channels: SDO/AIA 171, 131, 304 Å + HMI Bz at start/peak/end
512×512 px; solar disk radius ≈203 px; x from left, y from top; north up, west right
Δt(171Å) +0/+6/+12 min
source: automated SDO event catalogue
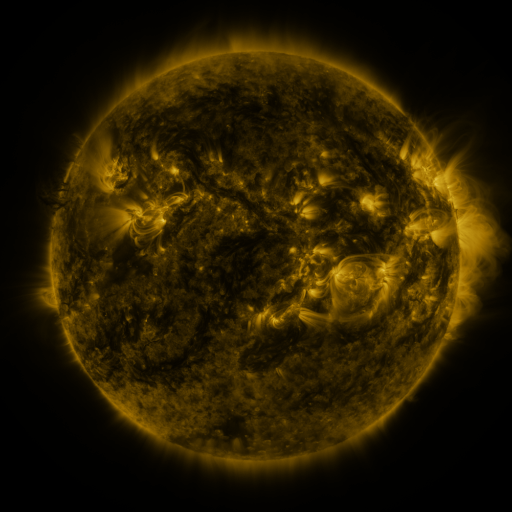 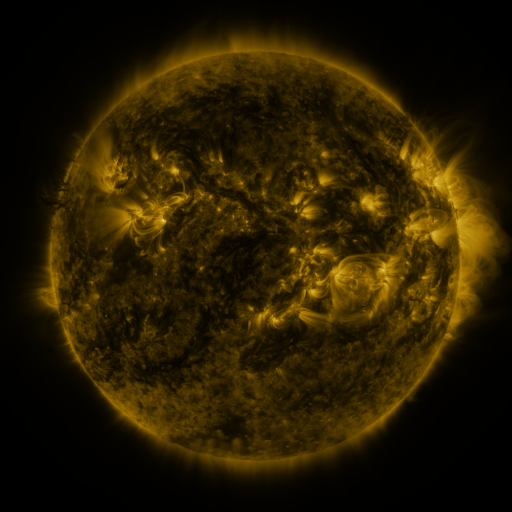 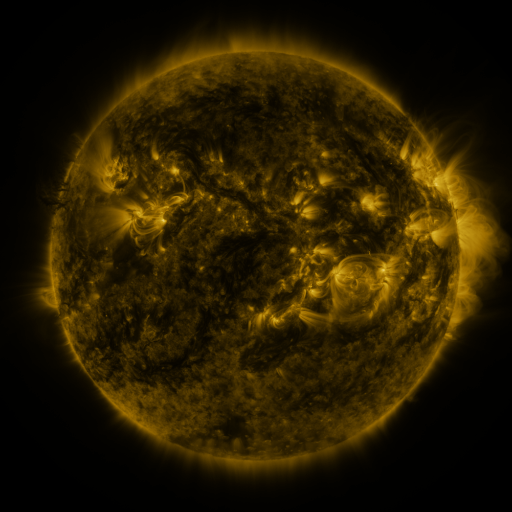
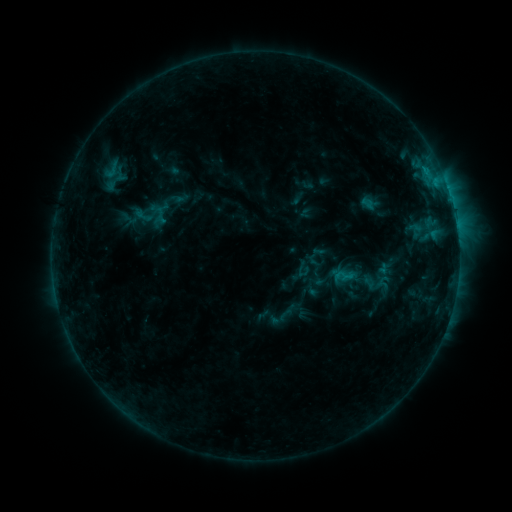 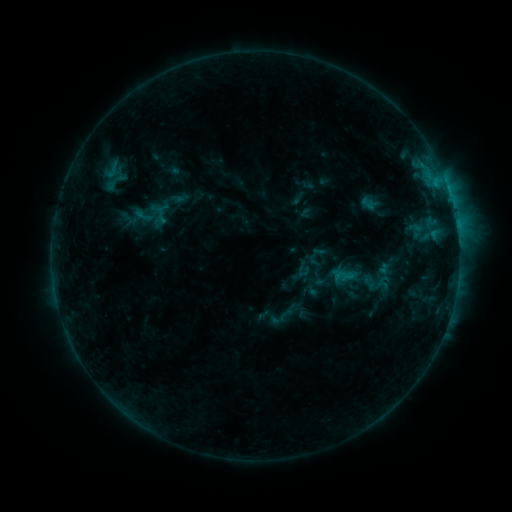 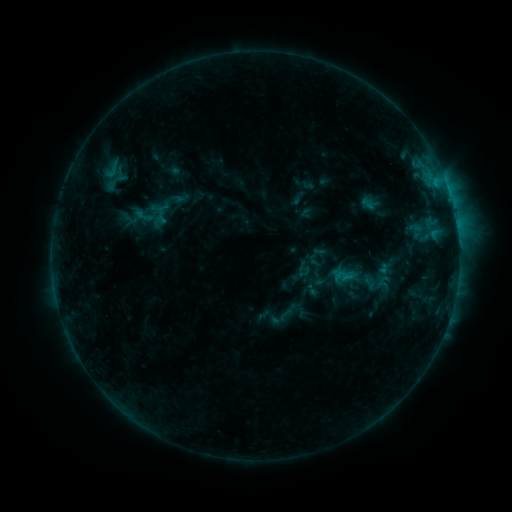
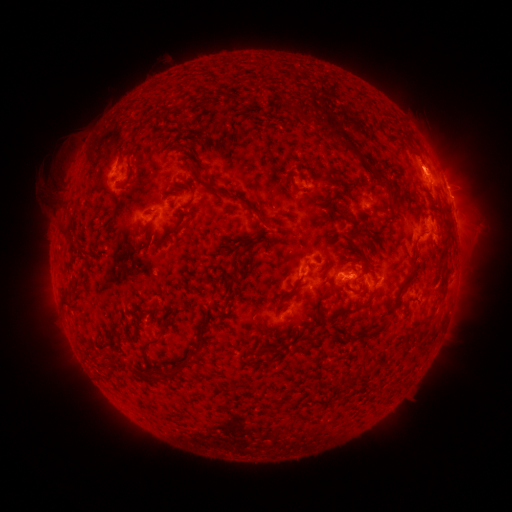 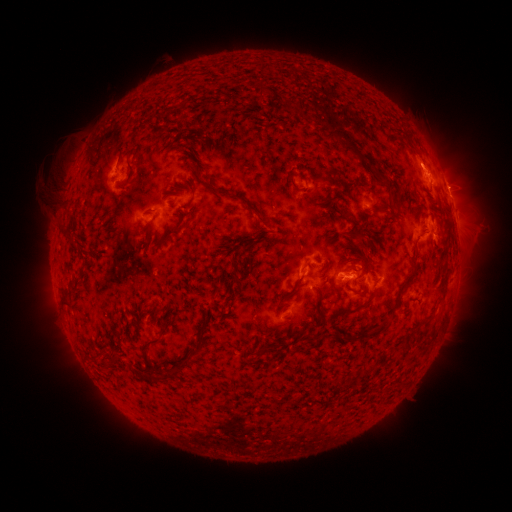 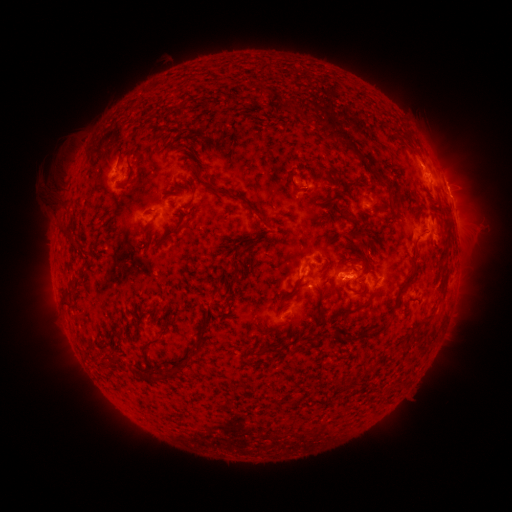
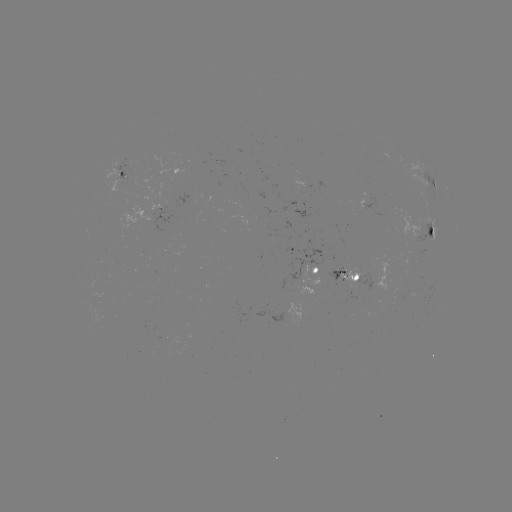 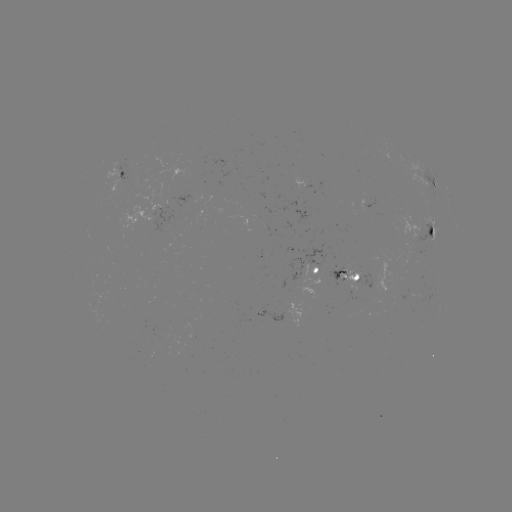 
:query eruption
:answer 424,159